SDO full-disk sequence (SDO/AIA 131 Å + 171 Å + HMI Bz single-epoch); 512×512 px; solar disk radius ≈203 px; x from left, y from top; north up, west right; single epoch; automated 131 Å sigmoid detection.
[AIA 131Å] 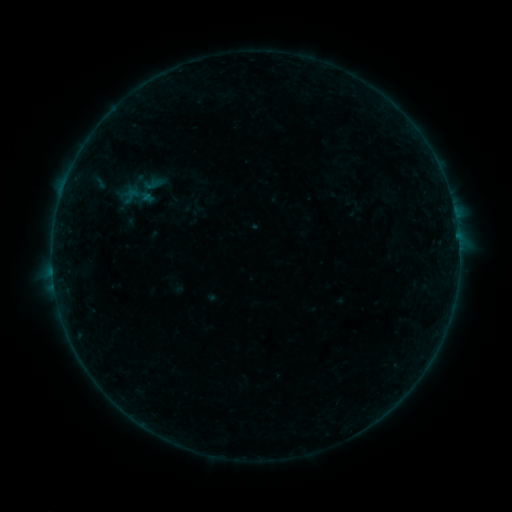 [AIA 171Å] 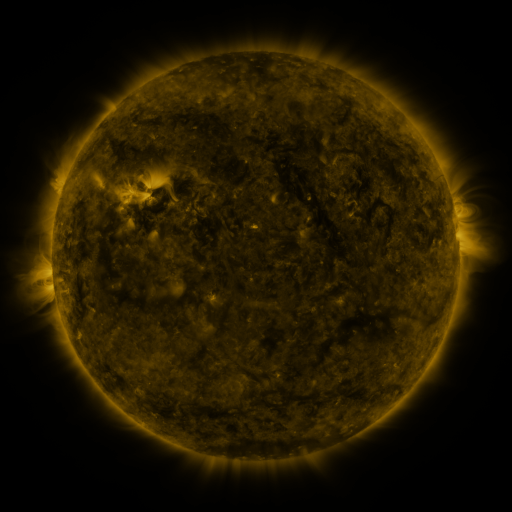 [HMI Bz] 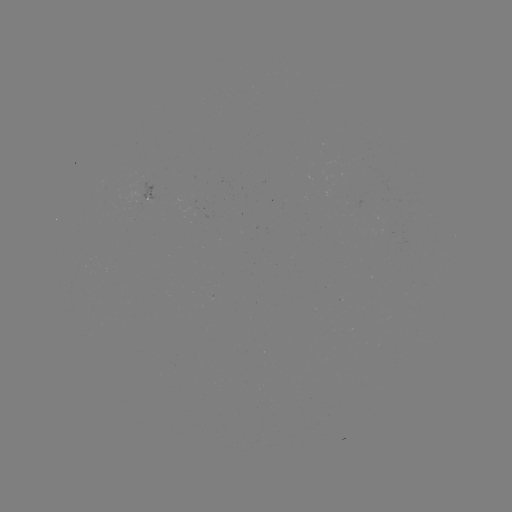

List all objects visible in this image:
sigmoid: (122, 187, 141, 205)
